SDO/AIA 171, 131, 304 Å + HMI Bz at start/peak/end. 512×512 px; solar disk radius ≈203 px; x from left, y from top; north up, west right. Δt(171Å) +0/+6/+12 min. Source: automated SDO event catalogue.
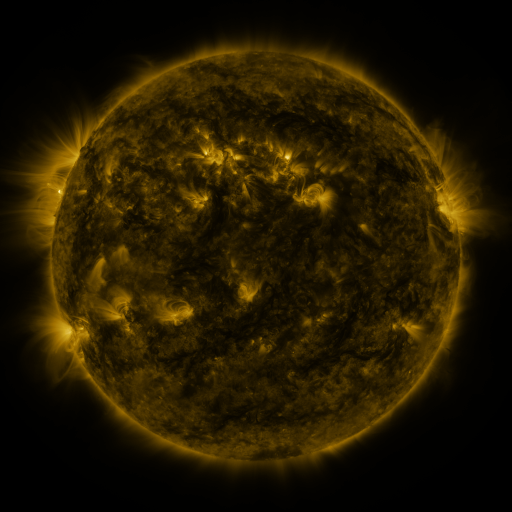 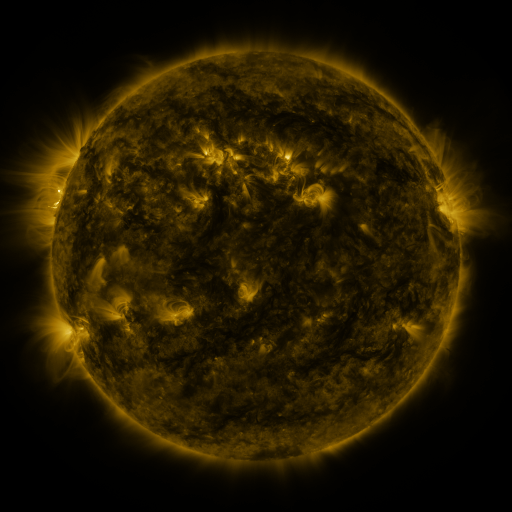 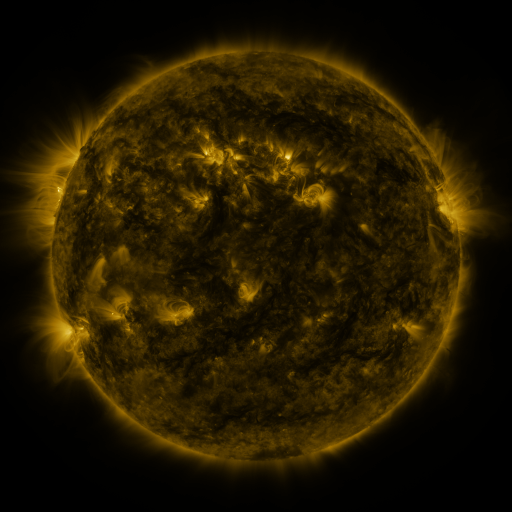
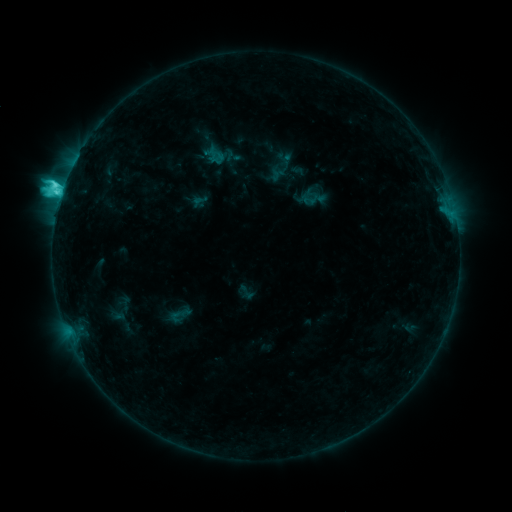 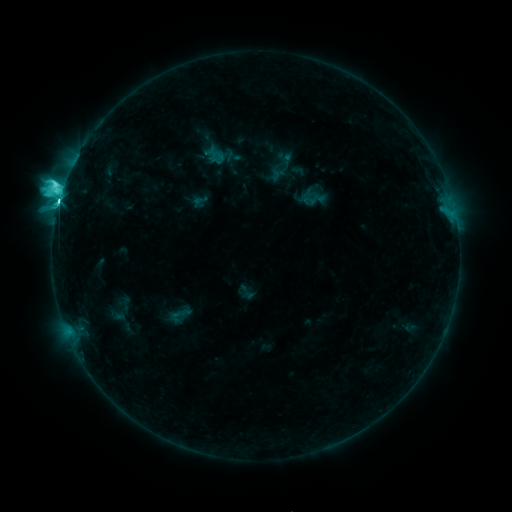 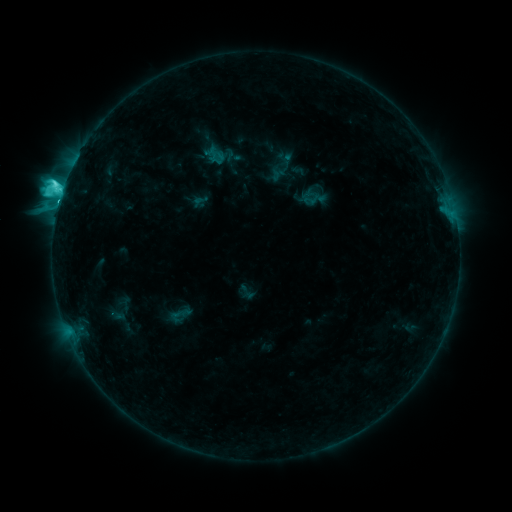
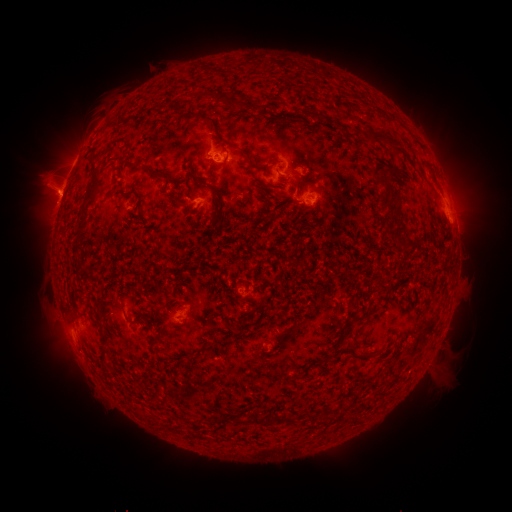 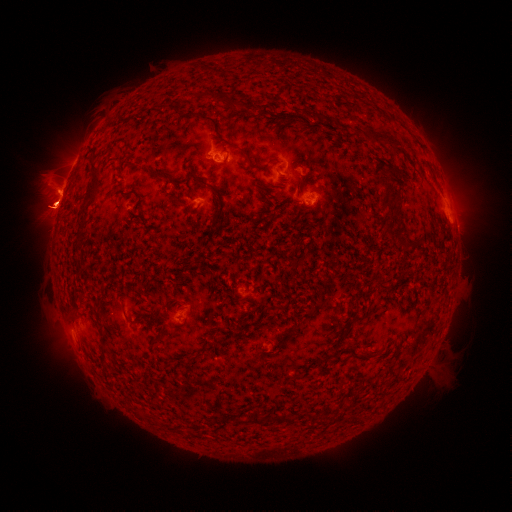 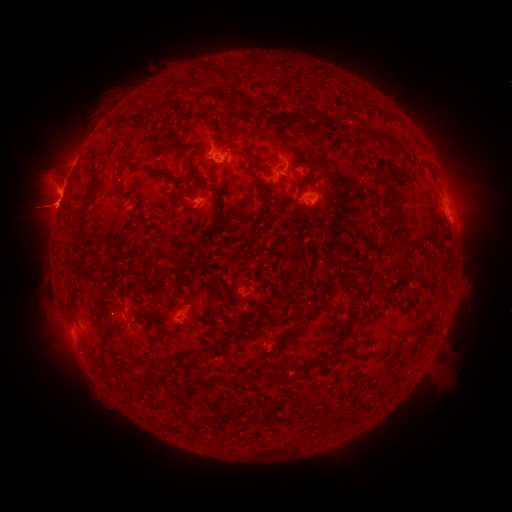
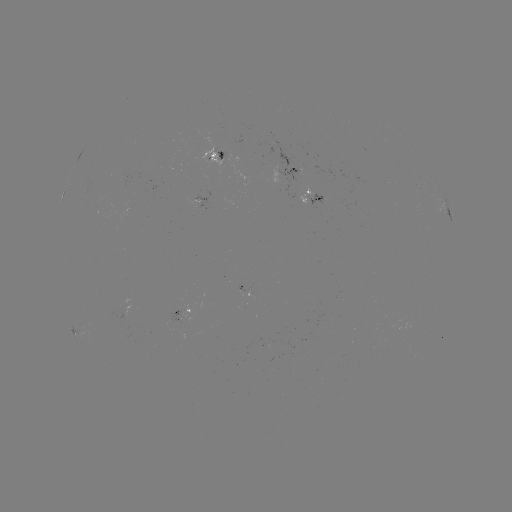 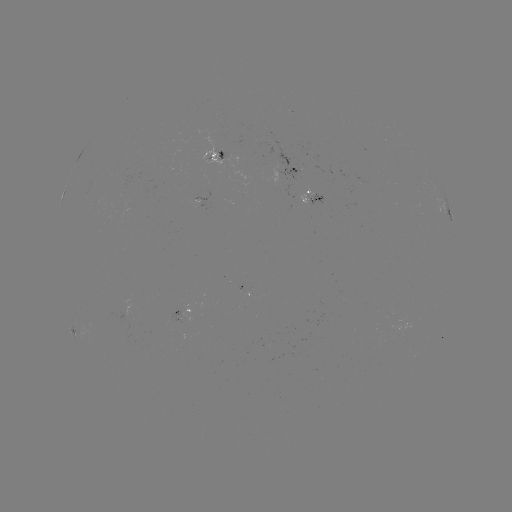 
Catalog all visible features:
eruption: (50, 202)
